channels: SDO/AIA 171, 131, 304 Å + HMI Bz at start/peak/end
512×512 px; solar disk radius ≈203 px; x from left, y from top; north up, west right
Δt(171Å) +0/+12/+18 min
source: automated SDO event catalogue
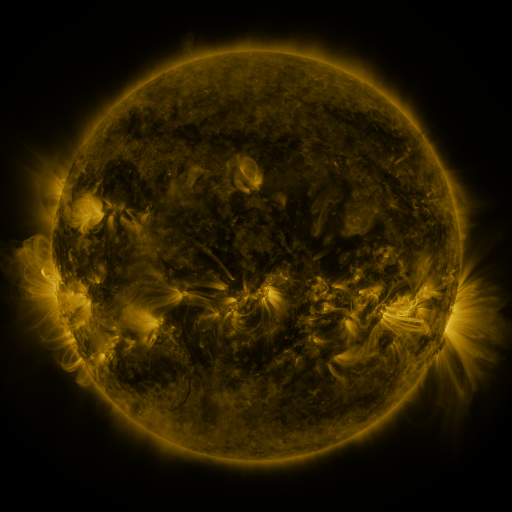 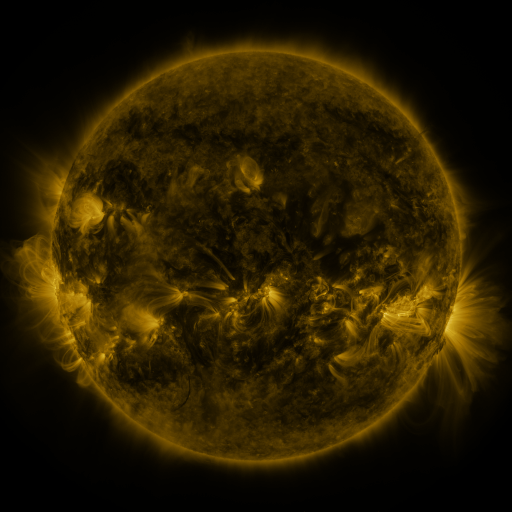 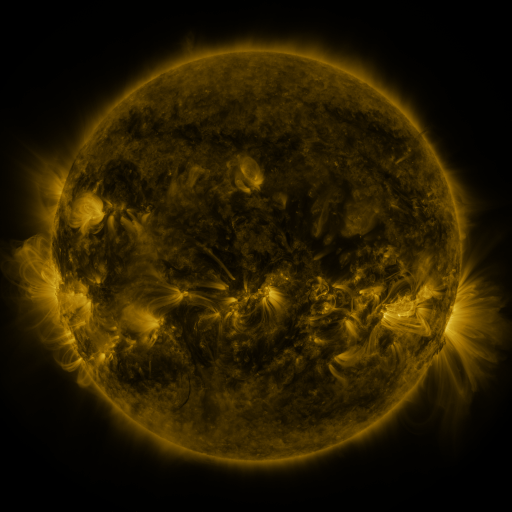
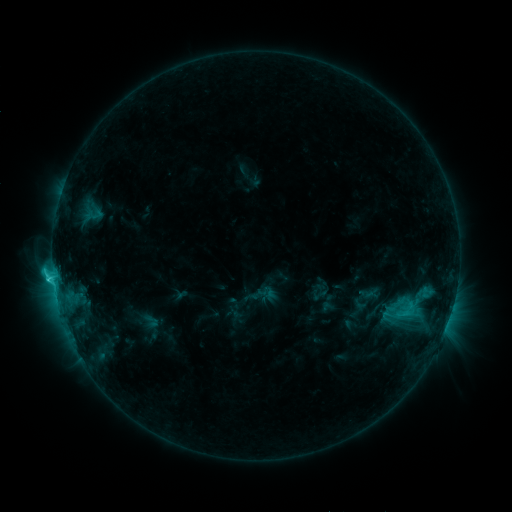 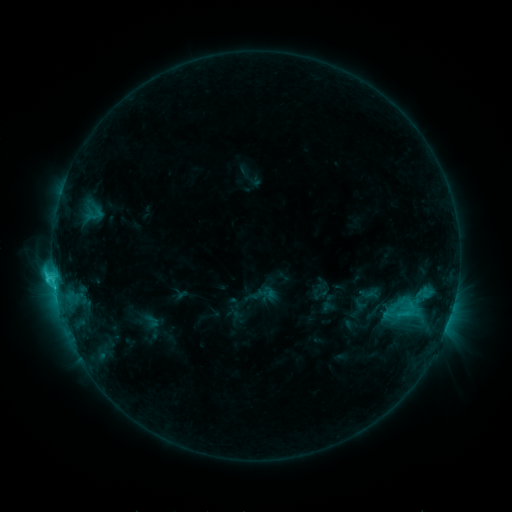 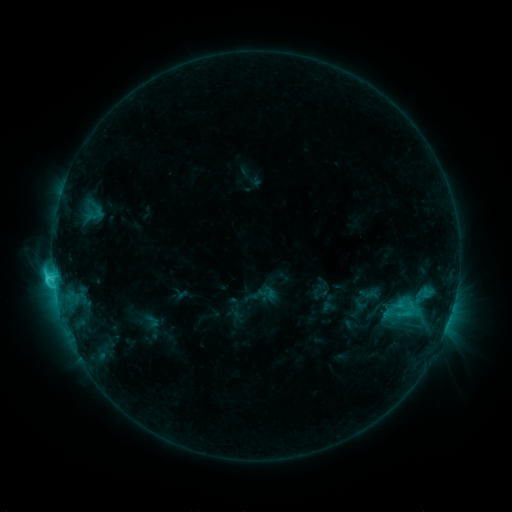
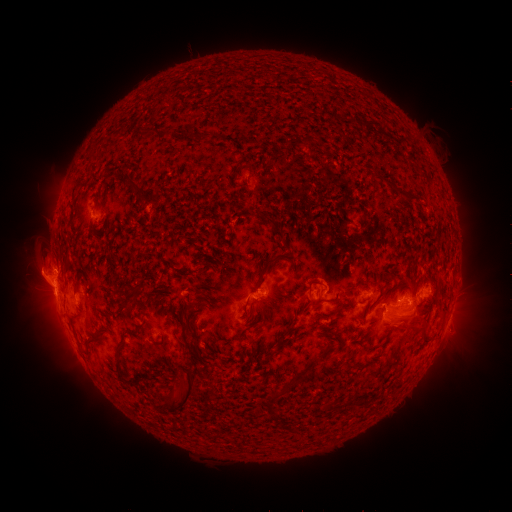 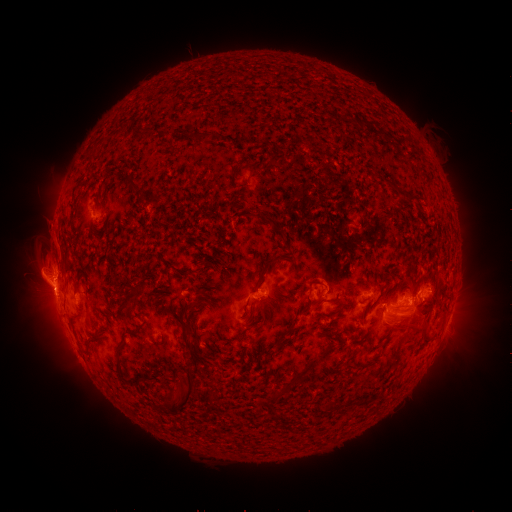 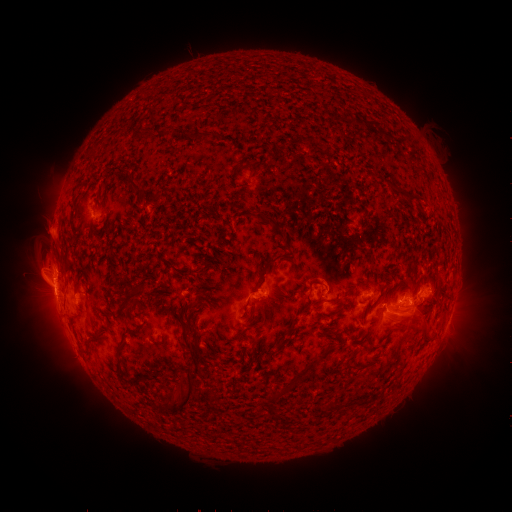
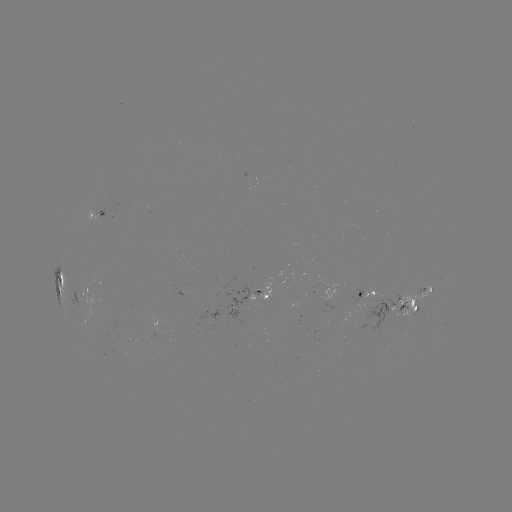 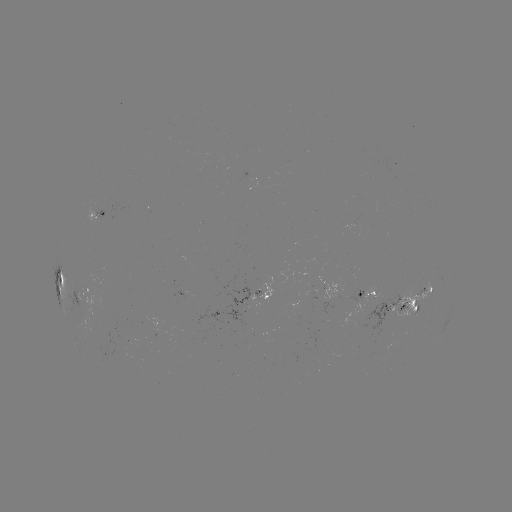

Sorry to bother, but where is eruption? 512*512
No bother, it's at [53, 238].